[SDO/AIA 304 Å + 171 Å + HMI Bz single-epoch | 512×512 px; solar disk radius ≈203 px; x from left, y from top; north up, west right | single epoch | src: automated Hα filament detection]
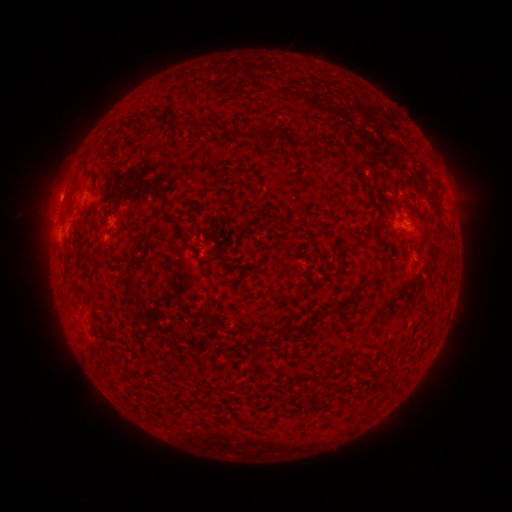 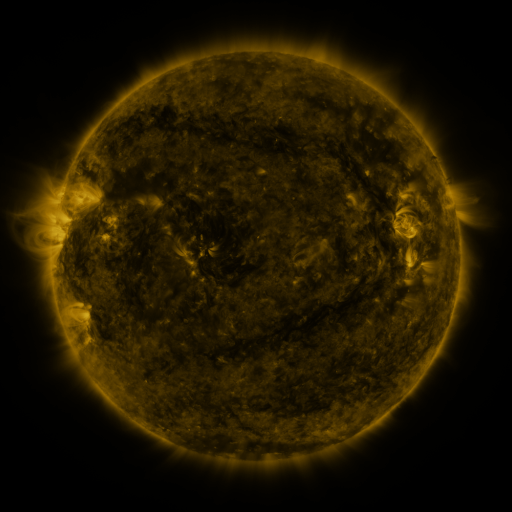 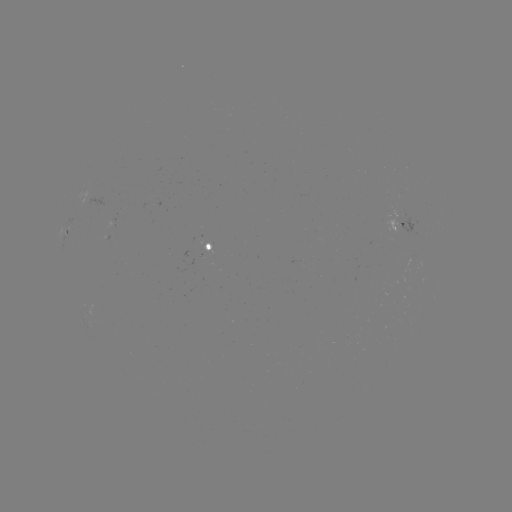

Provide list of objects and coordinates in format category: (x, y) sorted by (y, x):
filament: (149, 119)
filament: (195, 125)
filament: (238, 134)
filament: (260, 135)
filament: (378, 223)
filament: (377, 244)
filament: (132, 279)
filament: (367, 285)
filament: (256, 342)
